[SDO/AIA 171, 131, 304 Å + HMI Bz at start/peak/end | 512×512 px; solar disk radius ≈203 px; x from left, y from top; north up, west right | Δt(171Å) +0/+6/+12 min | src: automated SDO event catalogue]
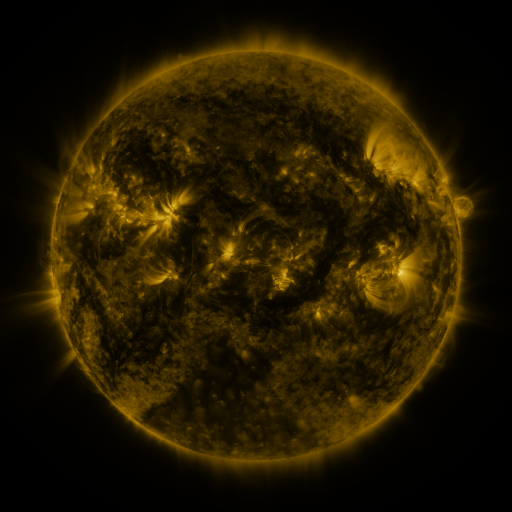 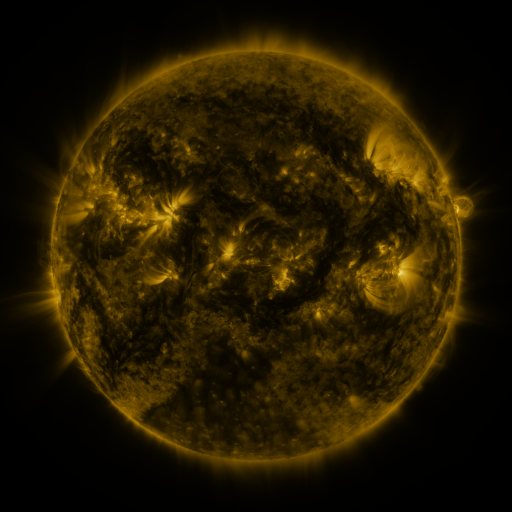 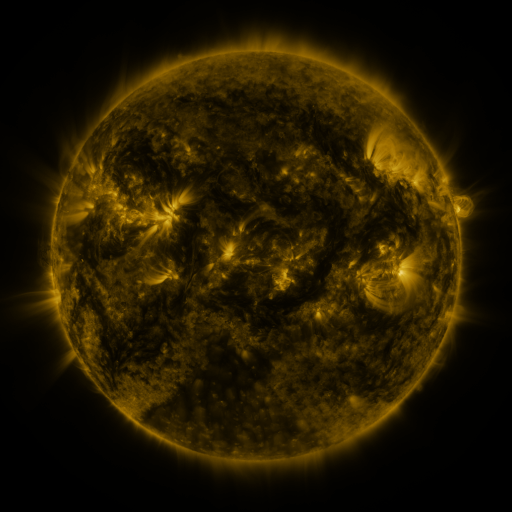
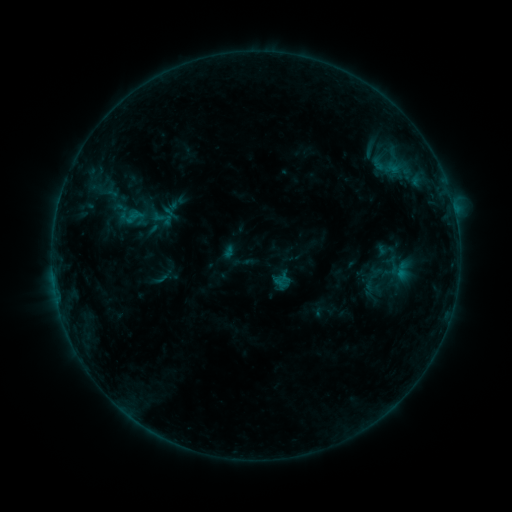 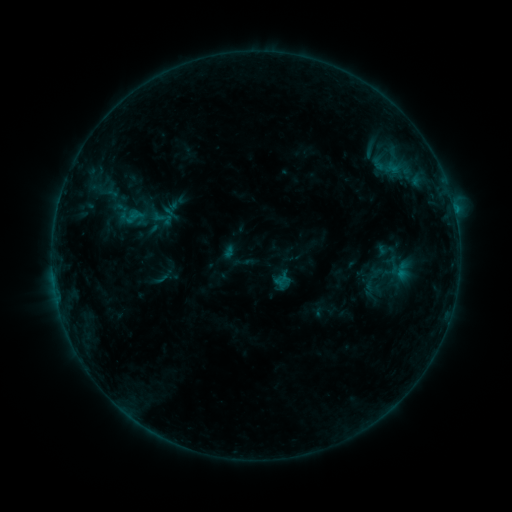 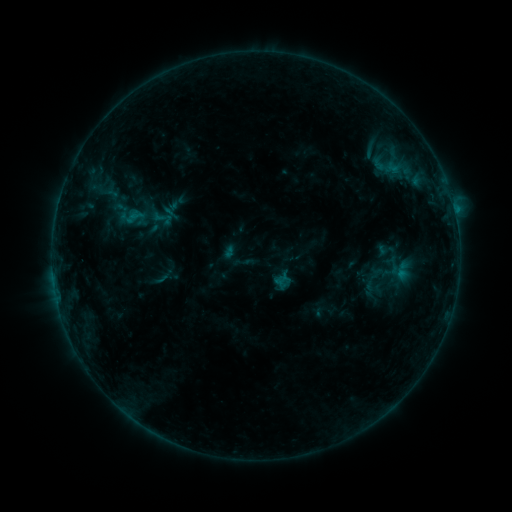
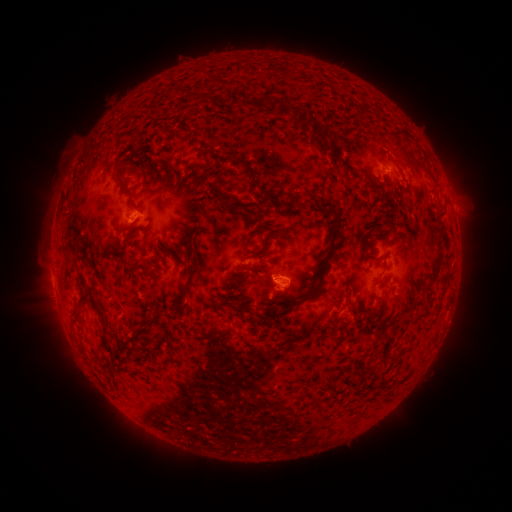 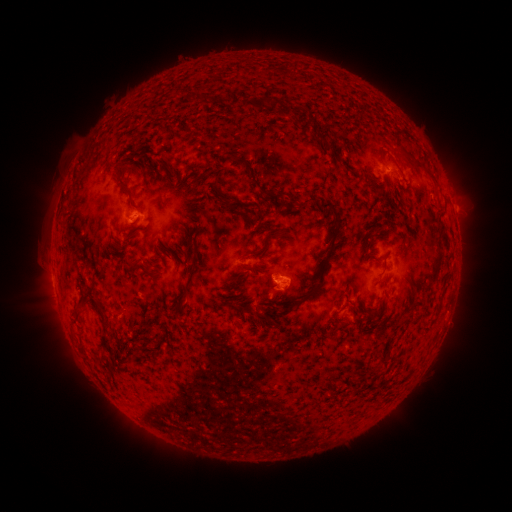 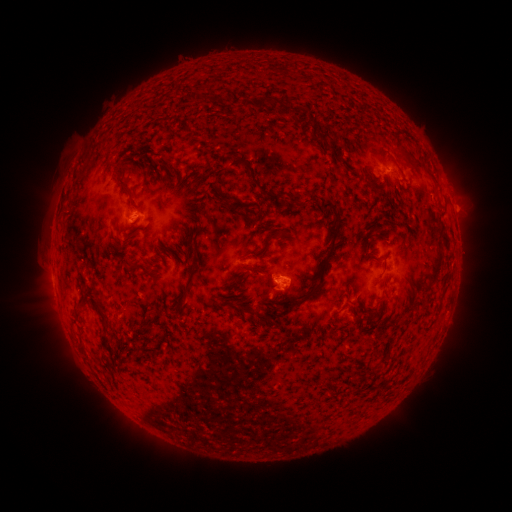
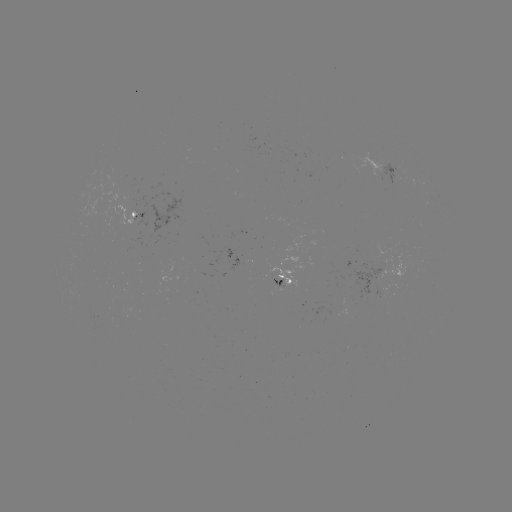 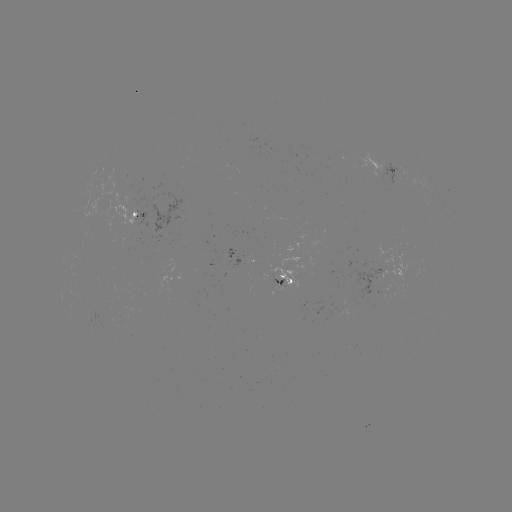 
nothing was catalogued: no classed flare, no EUV trigger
